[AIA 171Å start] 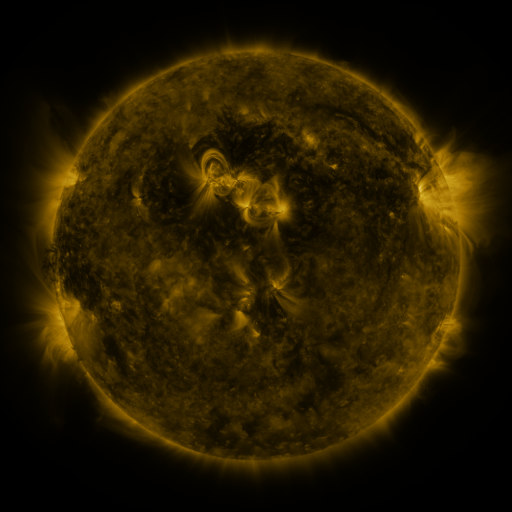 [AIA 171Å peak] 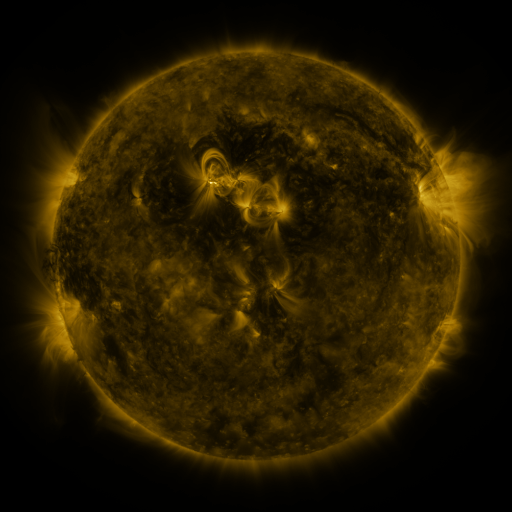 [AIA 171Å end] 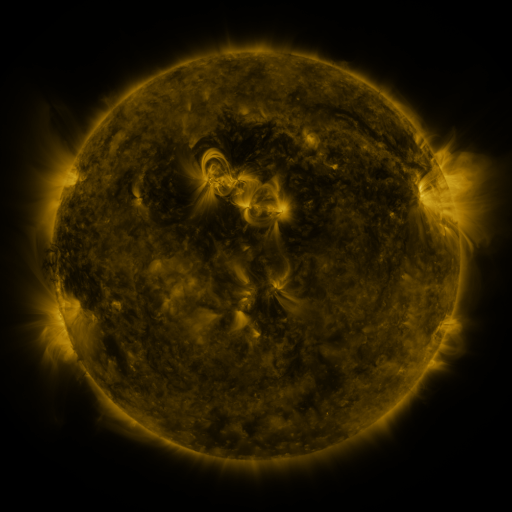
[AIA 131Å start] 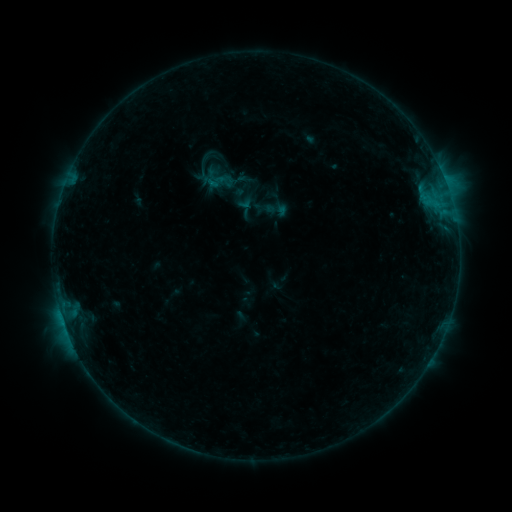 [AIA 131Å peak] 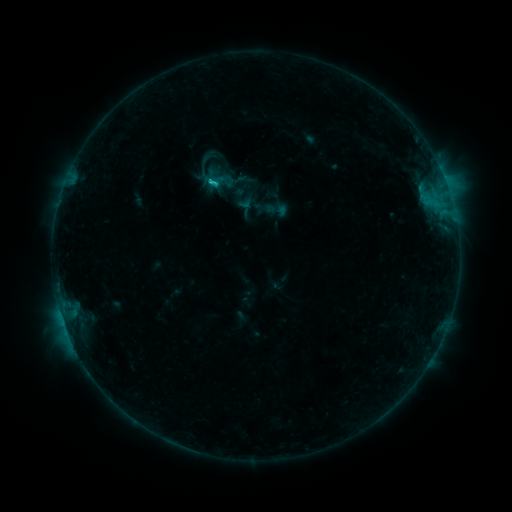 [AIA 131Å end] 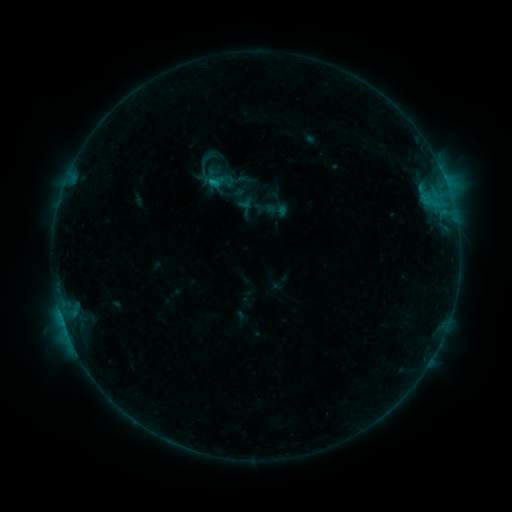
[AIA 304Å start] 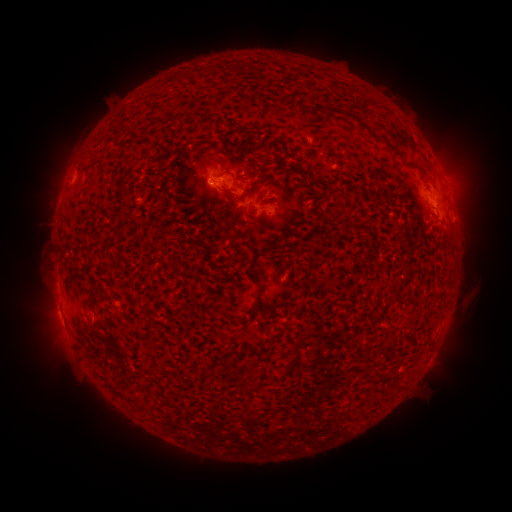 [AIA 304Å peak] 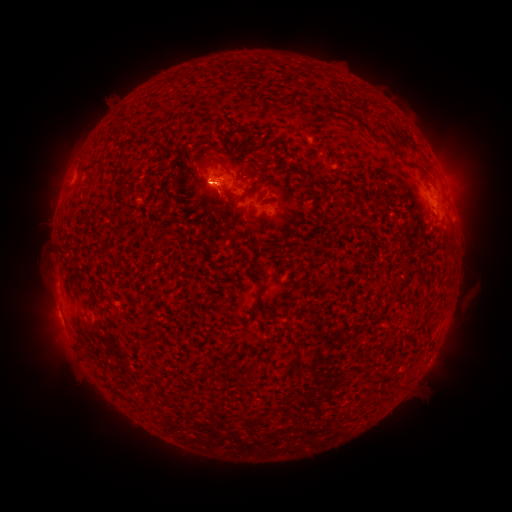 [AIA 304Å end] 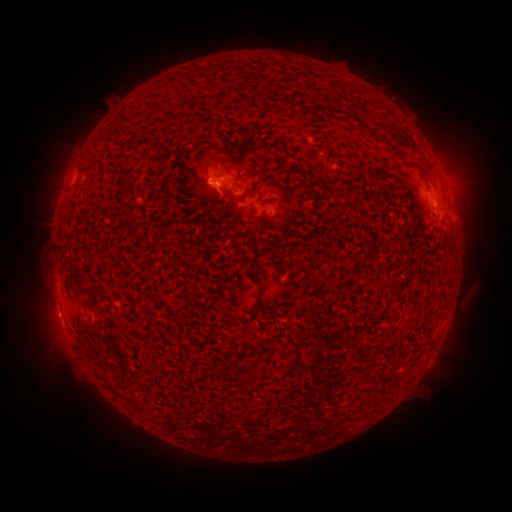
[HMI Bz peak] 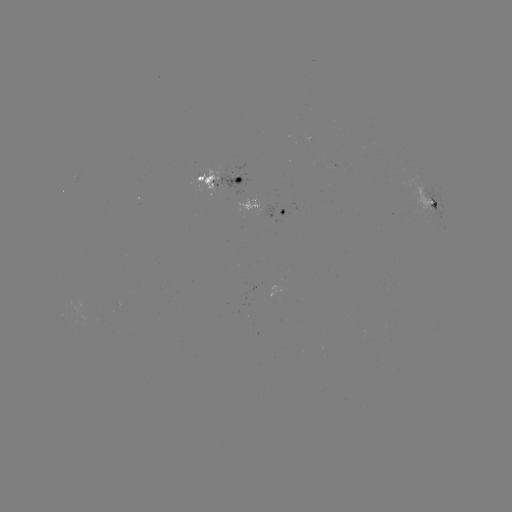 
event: flare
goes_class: B9.7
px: (211, 182)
